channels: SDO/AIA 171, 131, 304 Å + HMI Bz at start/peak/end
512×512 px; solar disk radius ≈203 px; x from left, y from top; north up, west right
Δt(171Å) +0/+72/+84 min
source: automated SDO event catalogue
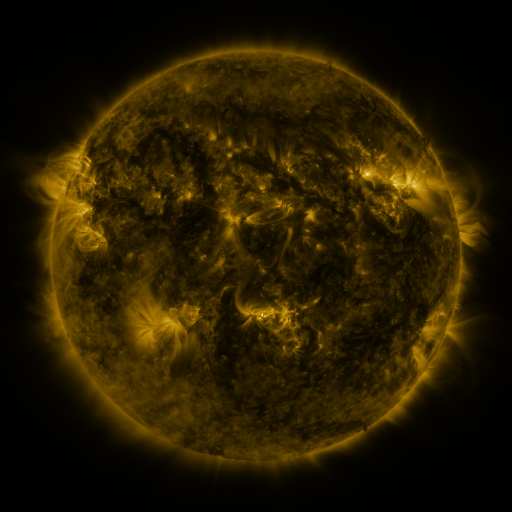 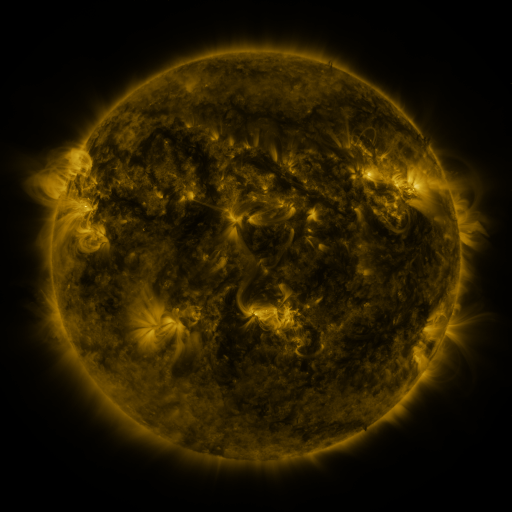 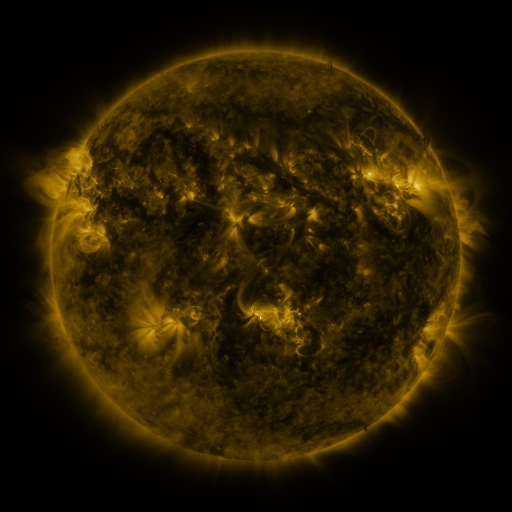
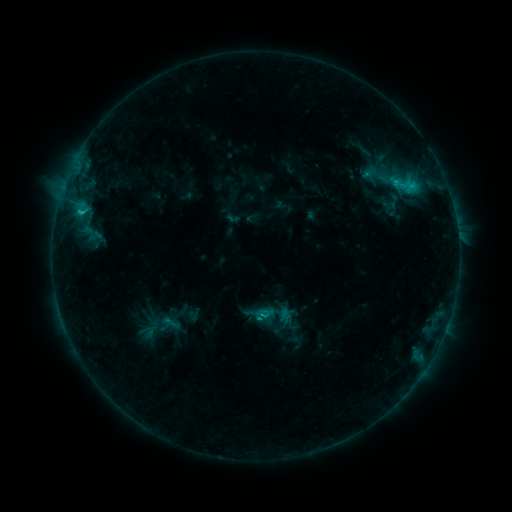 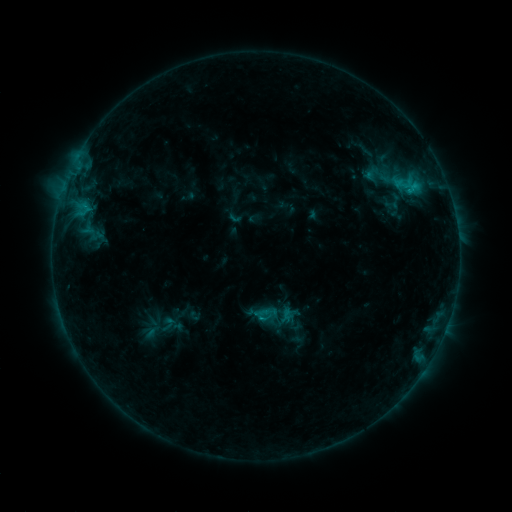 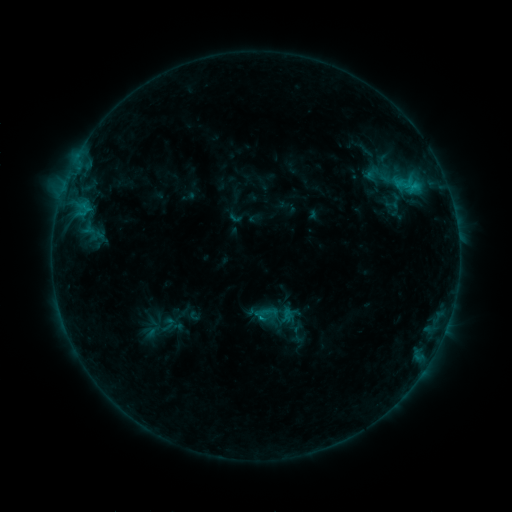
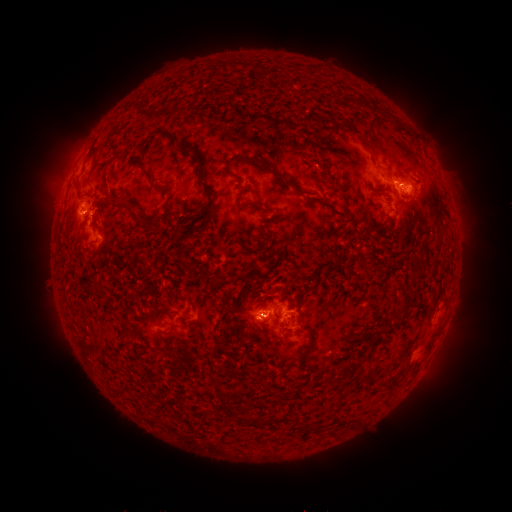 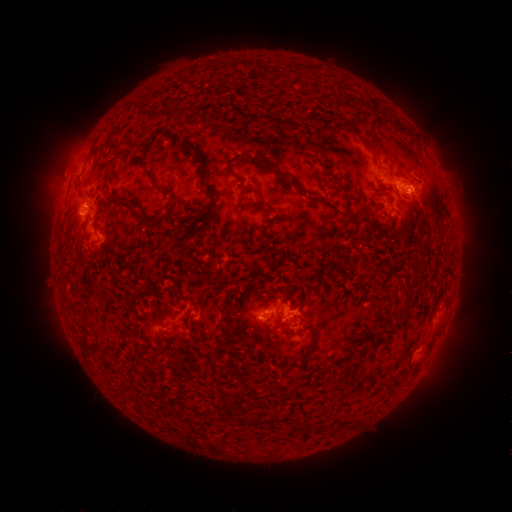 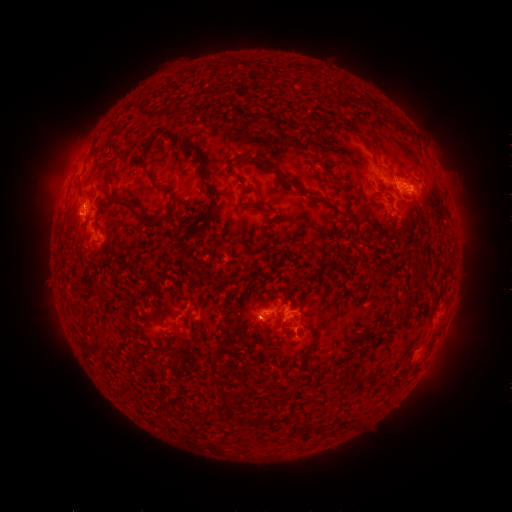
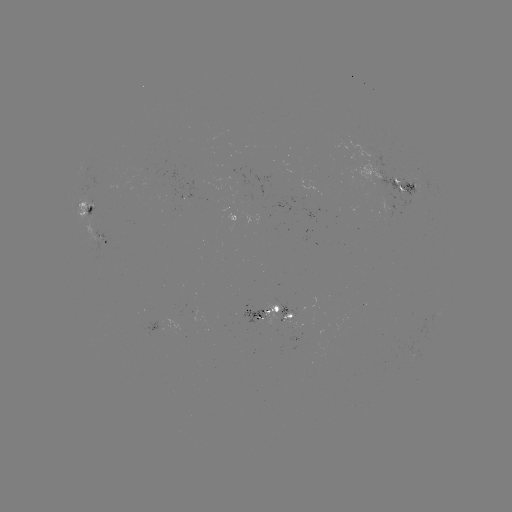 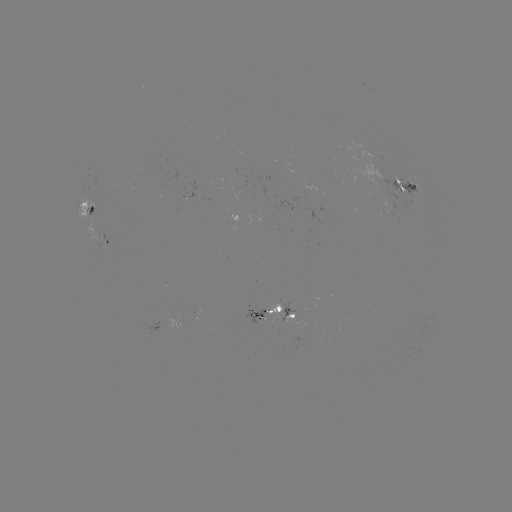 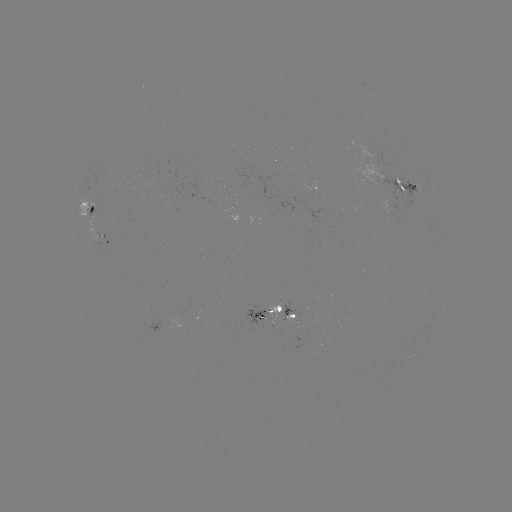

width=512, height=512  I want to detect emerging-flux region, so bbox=[82, 204, 95, 241].